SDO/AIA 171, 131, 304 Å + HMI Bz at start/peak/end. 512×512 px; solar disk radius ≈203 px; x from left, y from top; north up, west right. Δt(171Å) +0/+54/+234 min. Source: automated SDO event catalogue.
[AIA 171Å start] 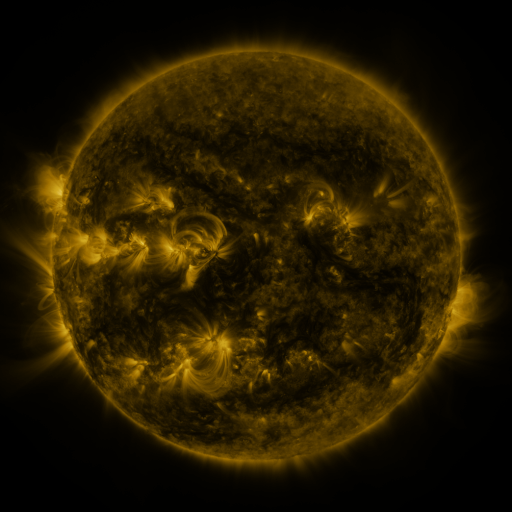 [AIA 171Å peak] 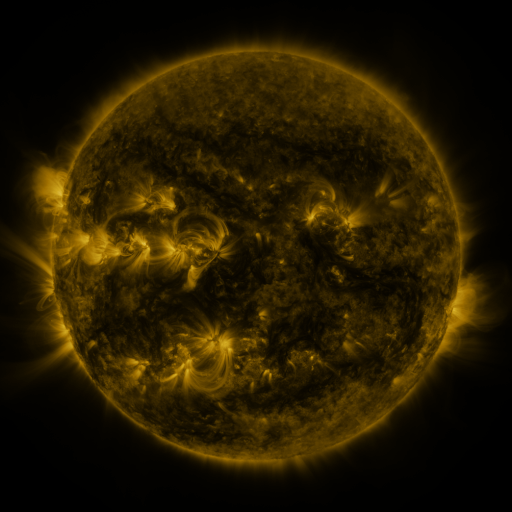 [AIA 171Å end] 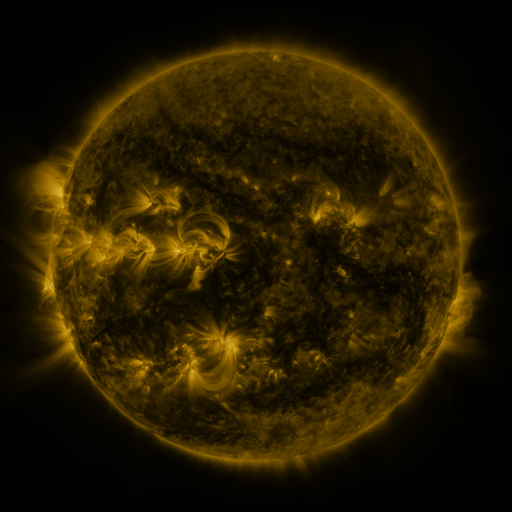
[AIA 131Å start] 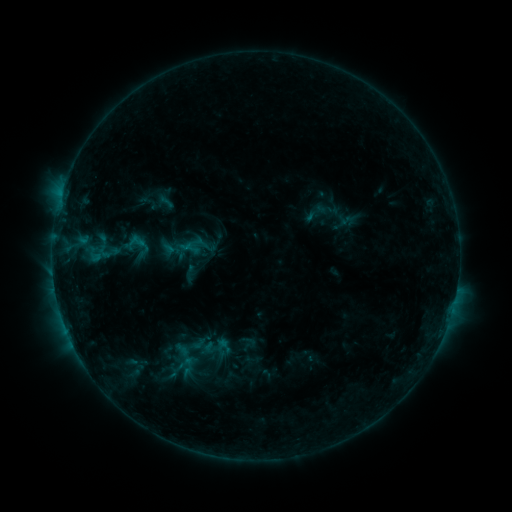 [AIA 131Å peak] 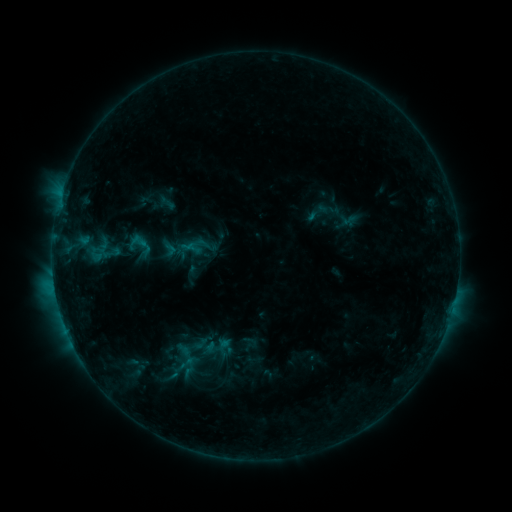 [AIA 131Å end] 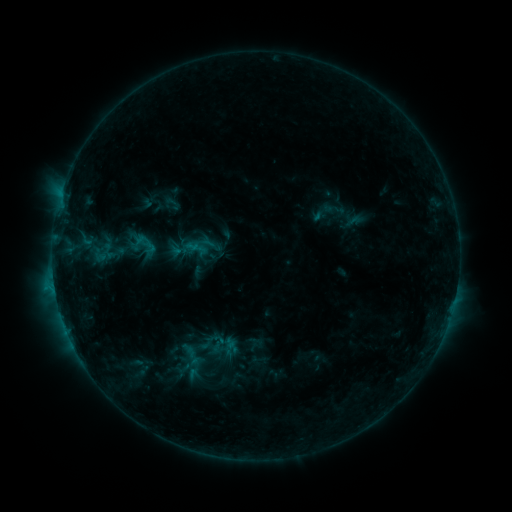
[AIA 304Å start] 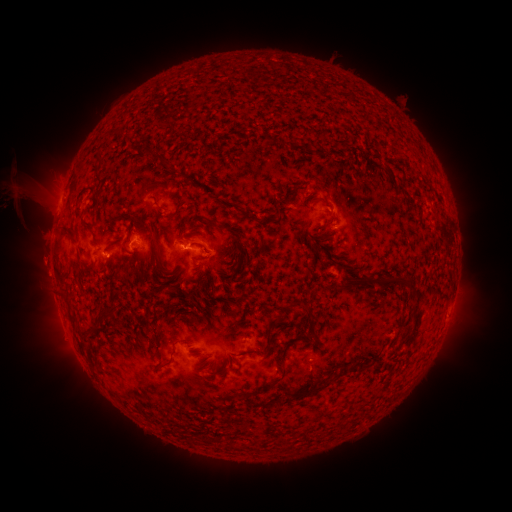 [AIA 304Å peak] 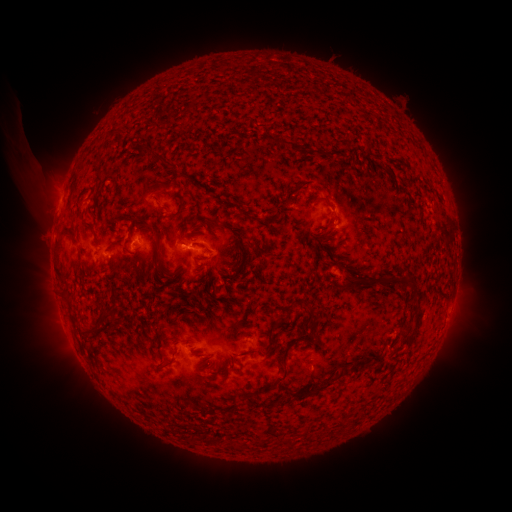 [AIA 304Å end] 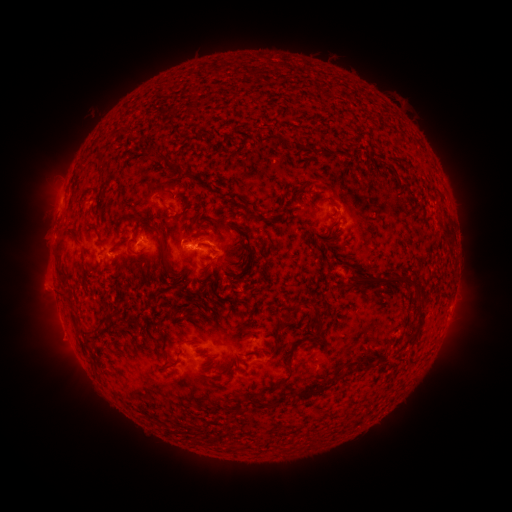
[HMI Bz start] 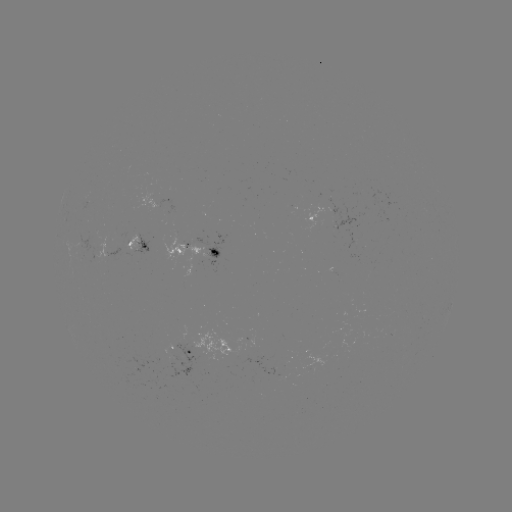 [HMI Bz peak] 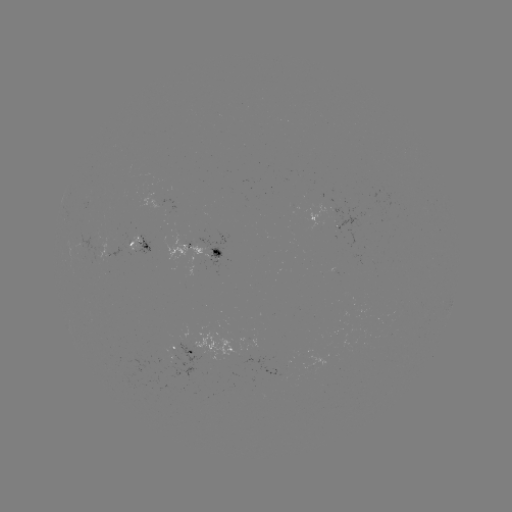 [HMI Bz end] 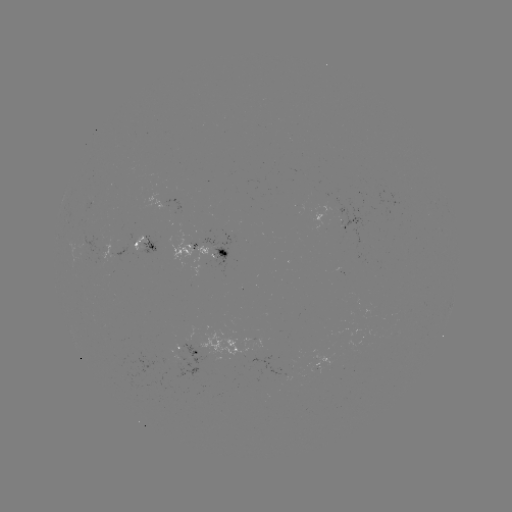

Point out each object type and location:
C1.7 flare: (54, 281)
